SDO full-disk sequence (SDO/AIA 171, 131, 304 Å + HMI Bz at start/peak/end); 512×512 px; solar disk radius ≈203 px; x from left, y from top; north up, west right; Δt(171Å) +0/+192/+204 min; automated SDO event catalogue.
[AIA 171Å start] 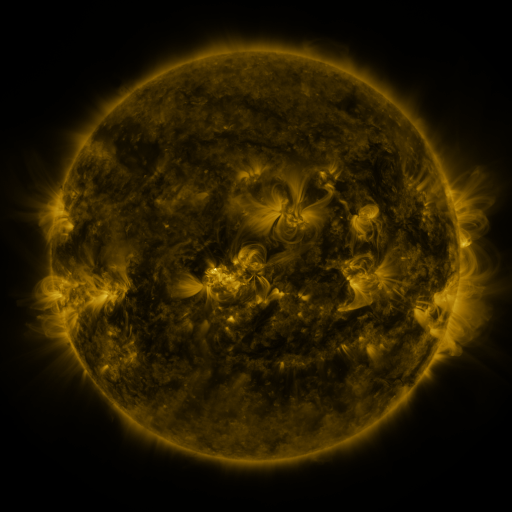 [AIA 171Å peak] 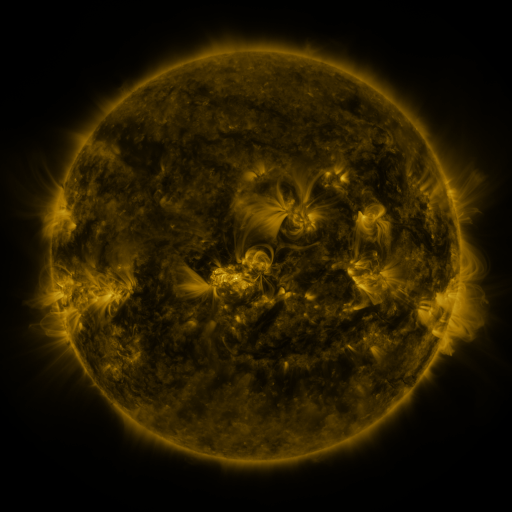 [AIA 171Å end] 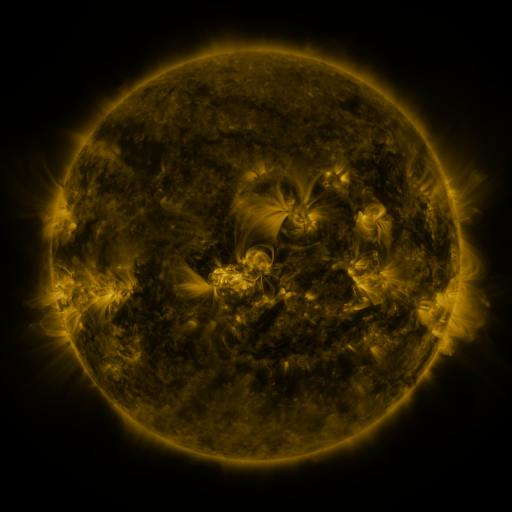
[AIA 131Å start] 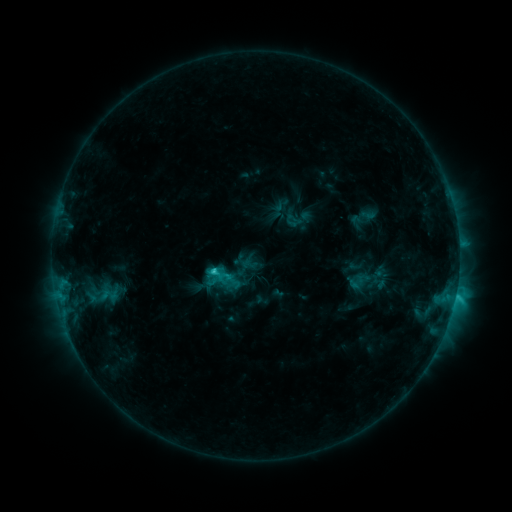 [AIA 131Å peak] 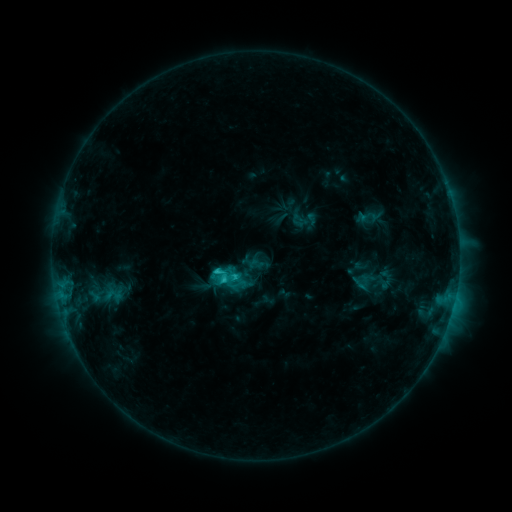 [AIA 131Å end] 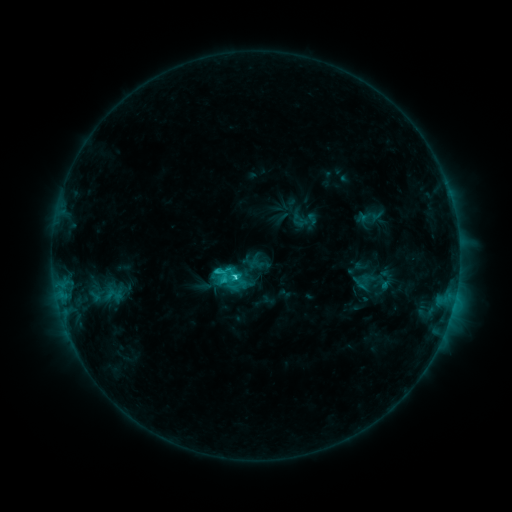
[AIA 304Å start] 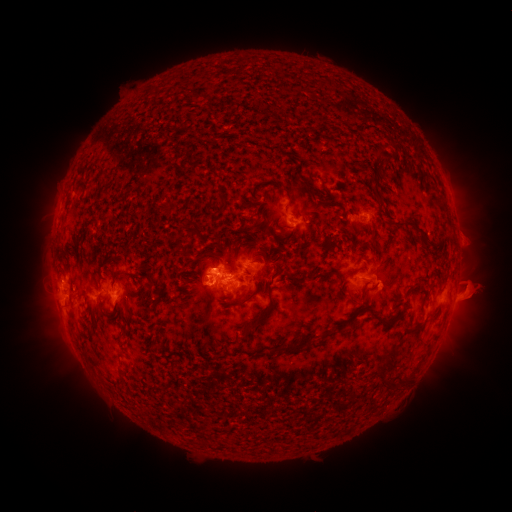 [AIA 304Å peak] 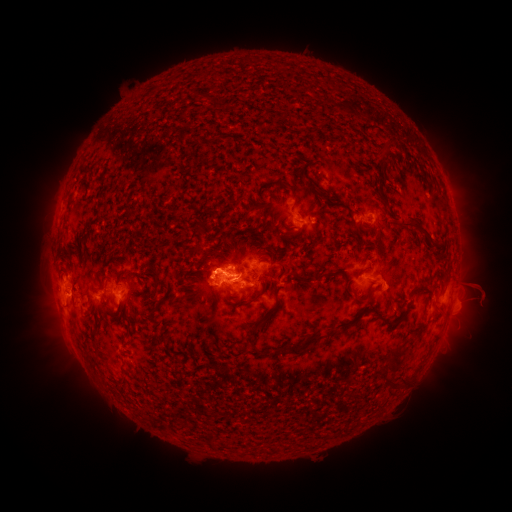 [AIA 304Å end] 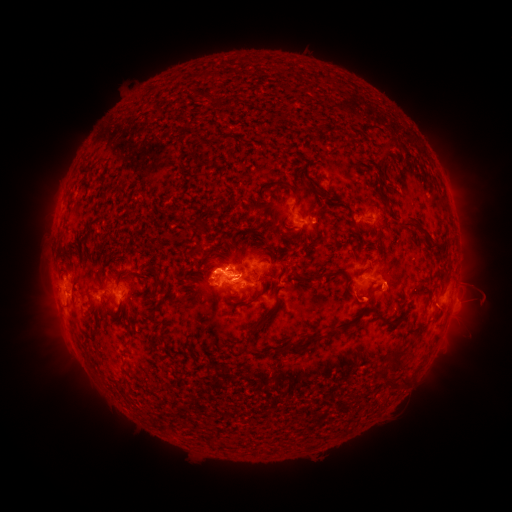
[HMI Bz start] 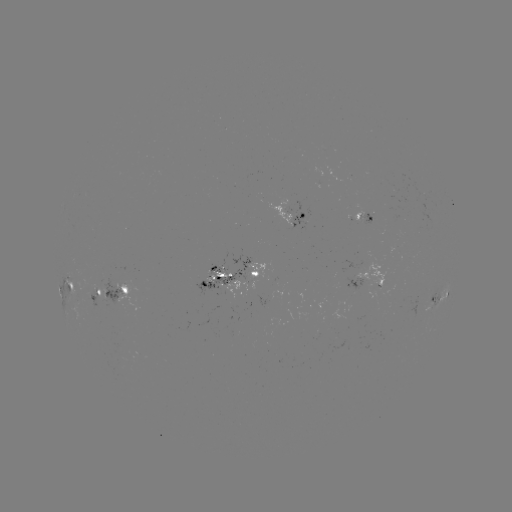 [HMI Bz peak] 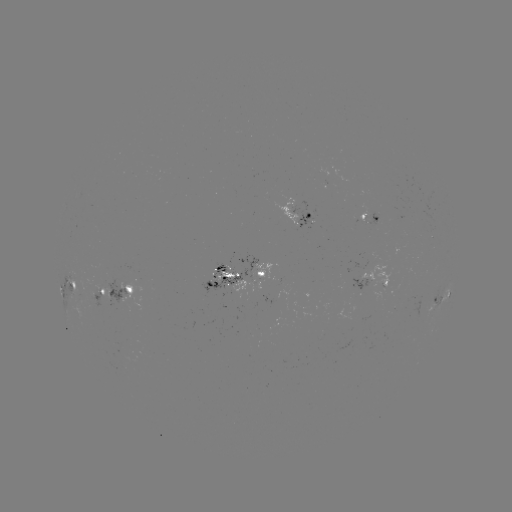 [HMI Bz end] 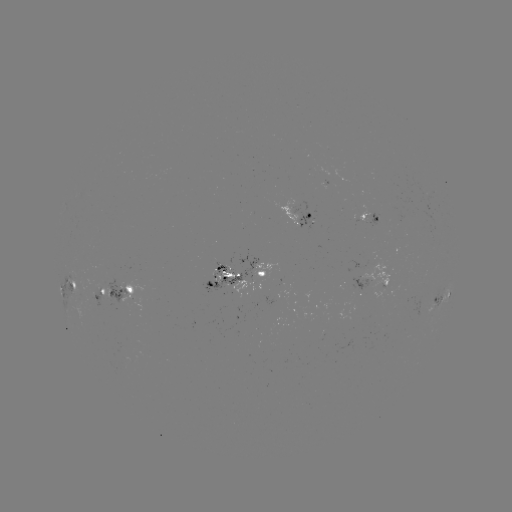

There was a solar emerging-flux region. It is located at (217, 275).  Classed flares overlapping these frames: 3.